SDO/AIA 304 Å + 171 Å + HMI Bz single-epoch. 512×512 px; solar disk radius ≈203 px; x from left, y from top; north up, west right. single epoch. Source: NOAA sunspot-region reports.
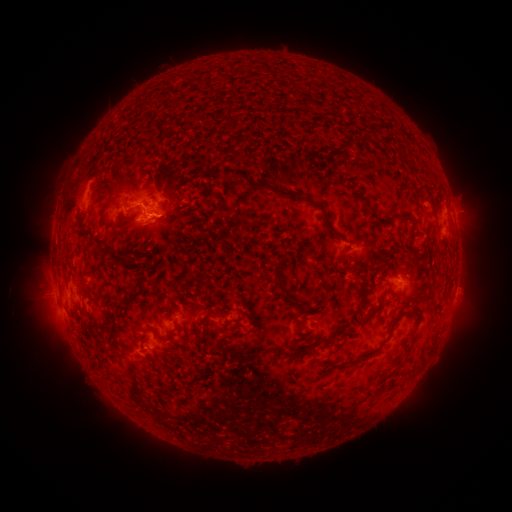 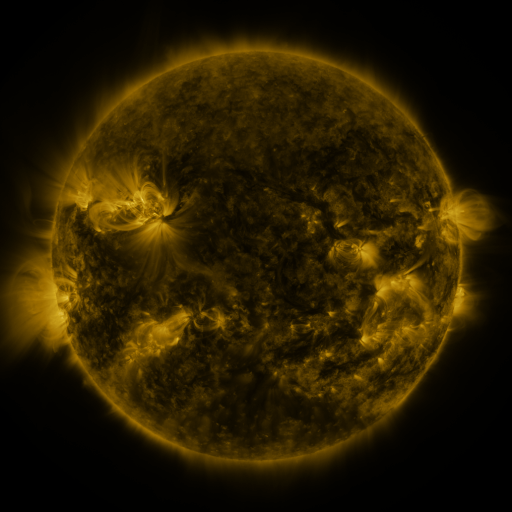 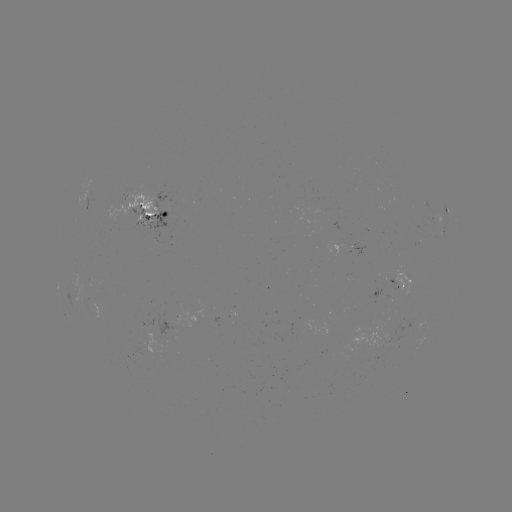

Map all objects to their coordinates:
spotted active region: (151, 214)
spotted active region: (443, 218)
spotted active region: (357, 245)
spotted active region: (407, 278)
